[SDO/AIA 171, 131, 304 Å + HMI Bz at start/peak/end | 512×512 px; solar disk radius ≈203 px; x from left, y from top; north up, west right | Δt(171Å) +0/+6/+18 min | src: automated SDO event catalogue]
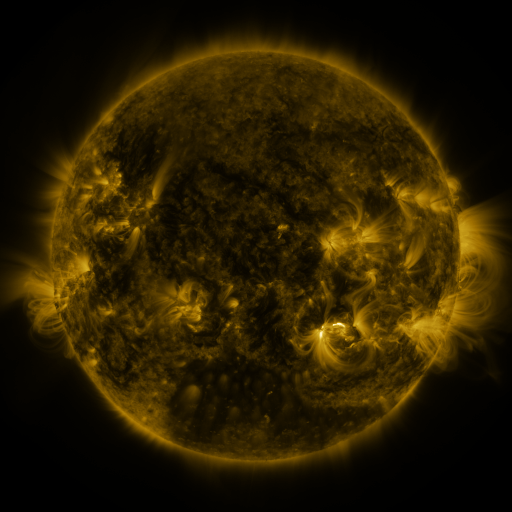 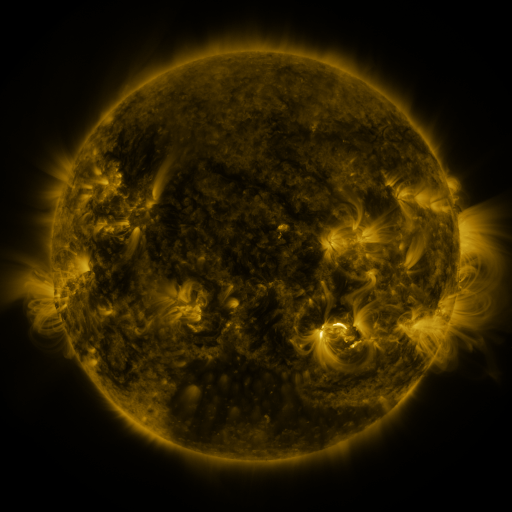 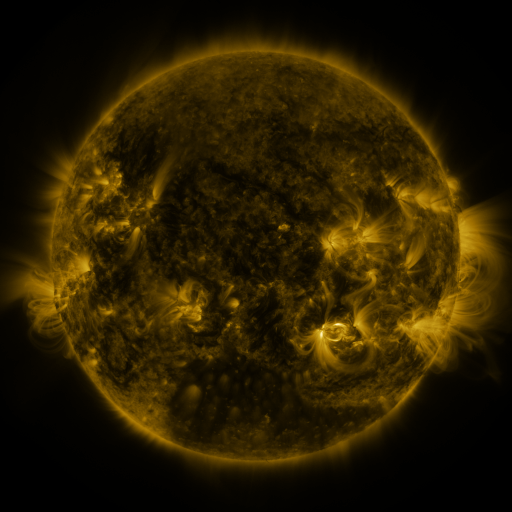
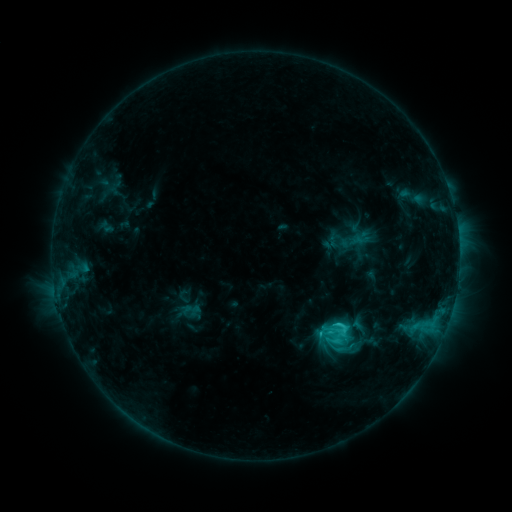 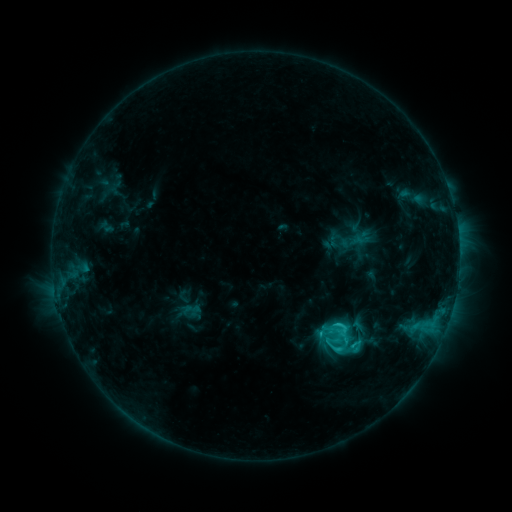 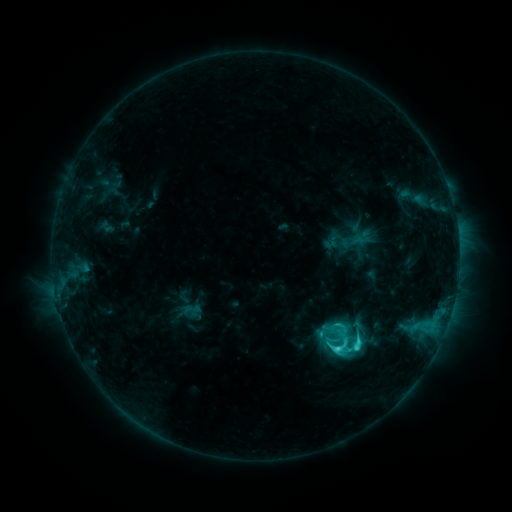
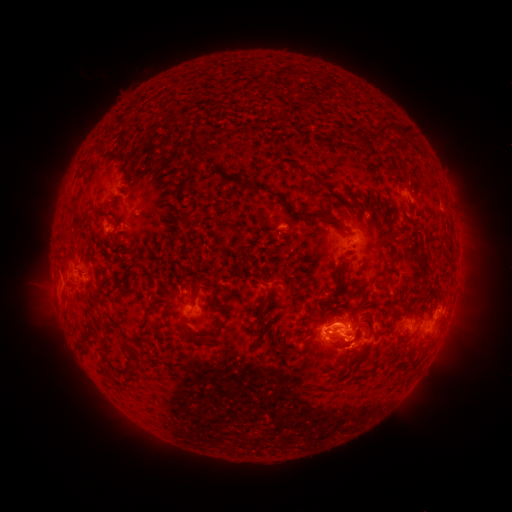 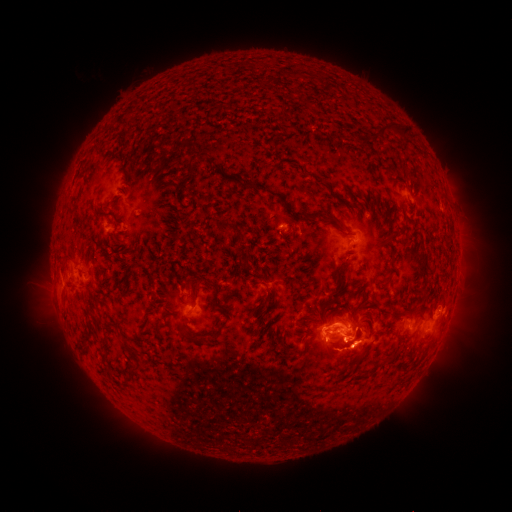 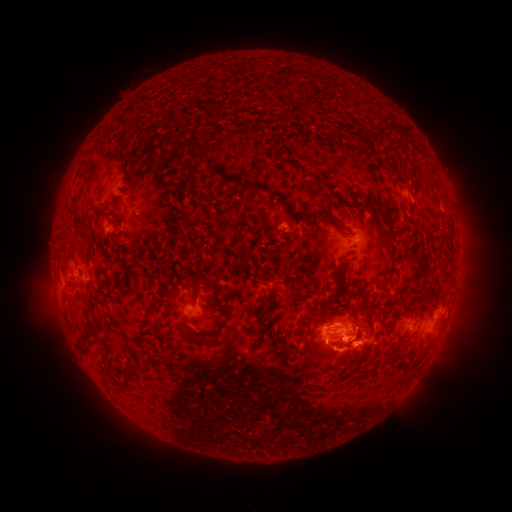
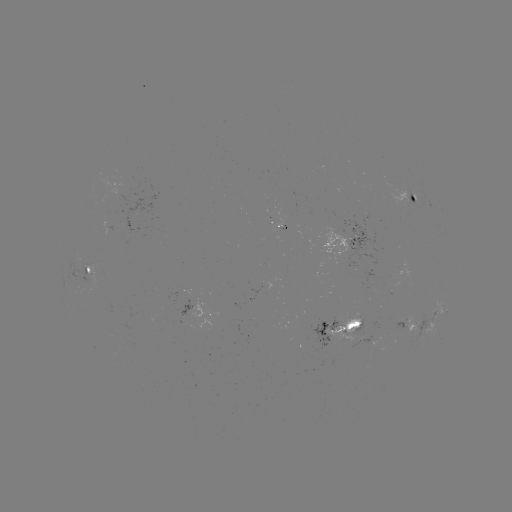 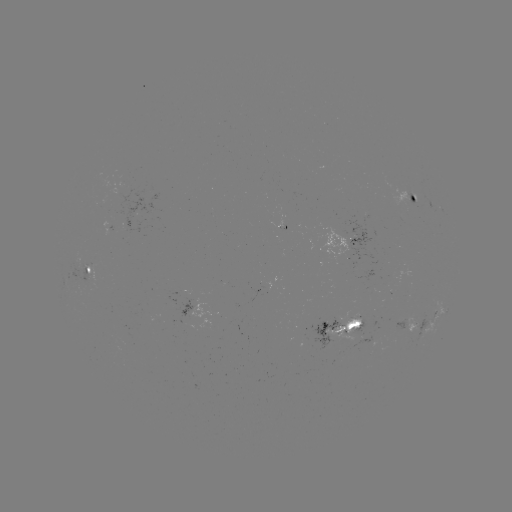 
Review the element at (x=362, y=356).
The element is eruption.